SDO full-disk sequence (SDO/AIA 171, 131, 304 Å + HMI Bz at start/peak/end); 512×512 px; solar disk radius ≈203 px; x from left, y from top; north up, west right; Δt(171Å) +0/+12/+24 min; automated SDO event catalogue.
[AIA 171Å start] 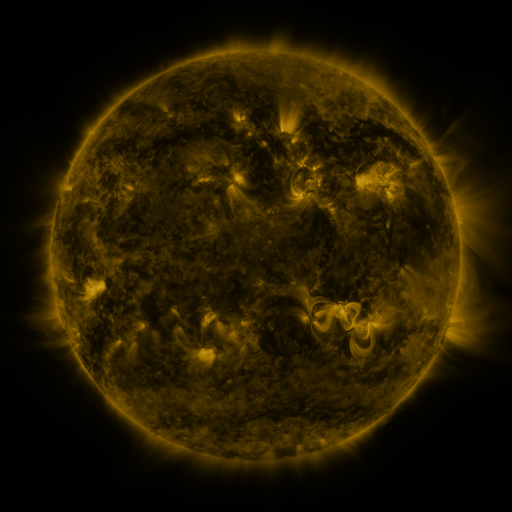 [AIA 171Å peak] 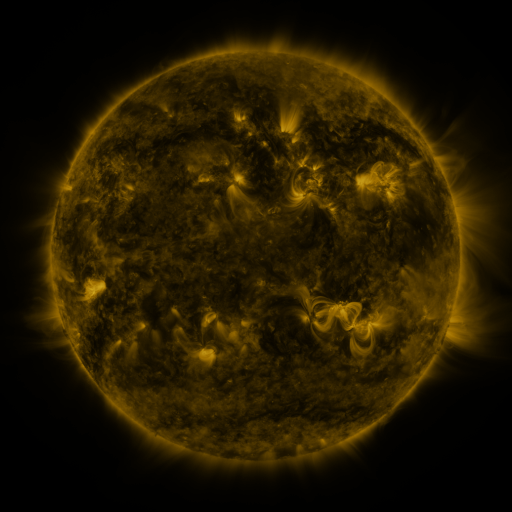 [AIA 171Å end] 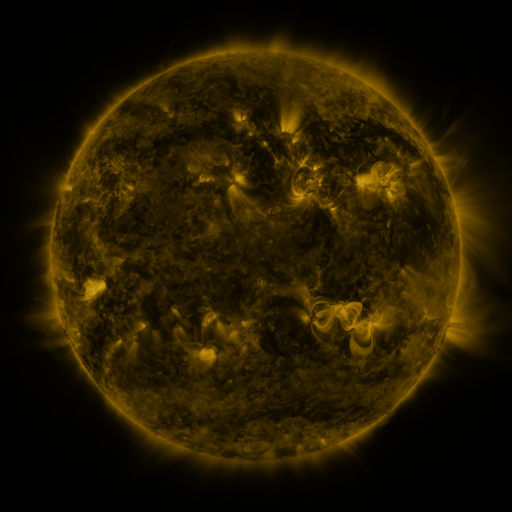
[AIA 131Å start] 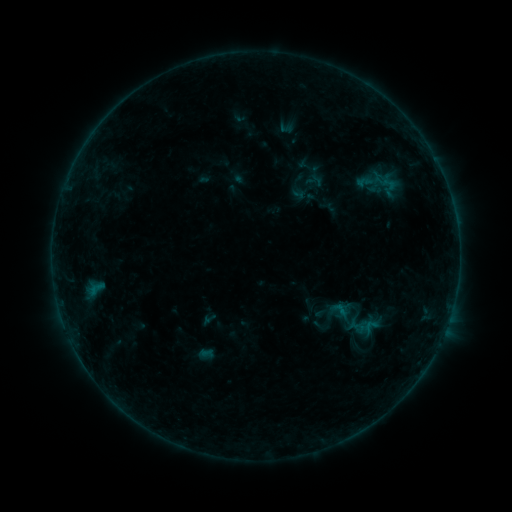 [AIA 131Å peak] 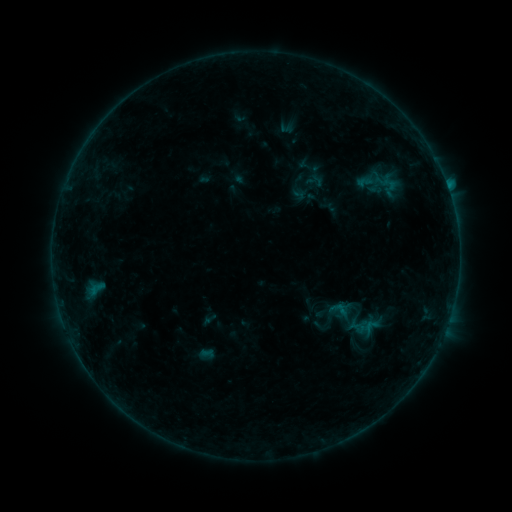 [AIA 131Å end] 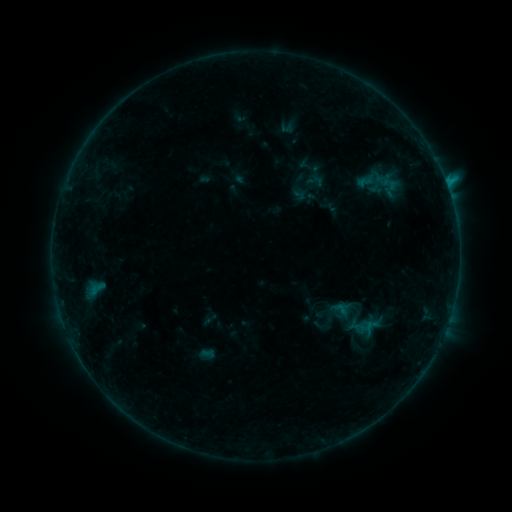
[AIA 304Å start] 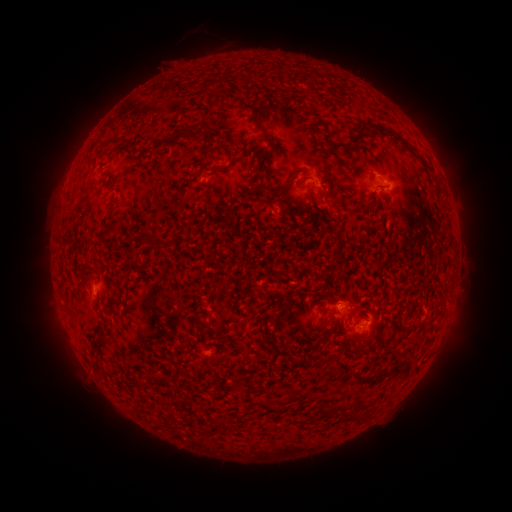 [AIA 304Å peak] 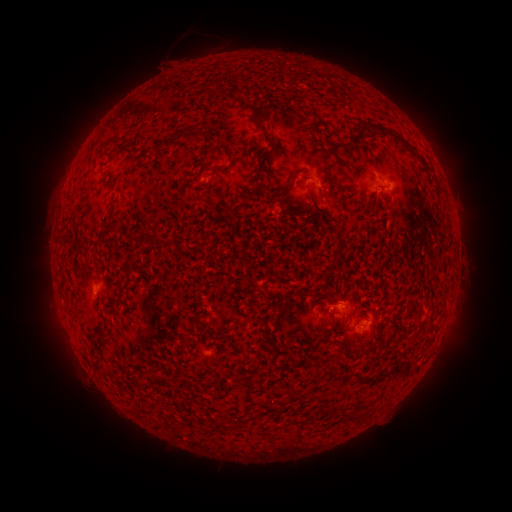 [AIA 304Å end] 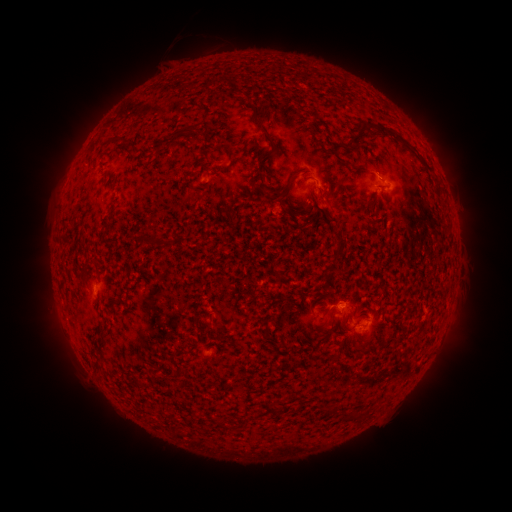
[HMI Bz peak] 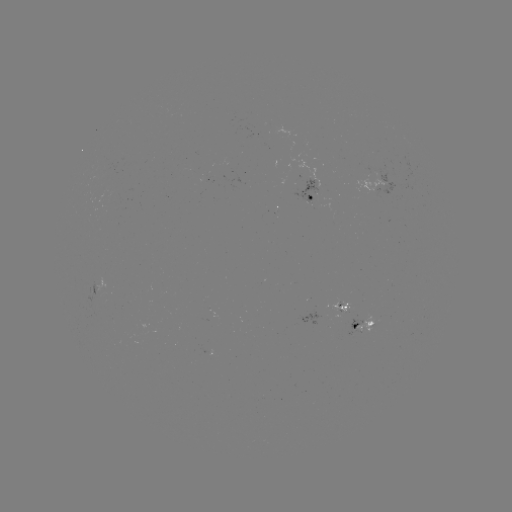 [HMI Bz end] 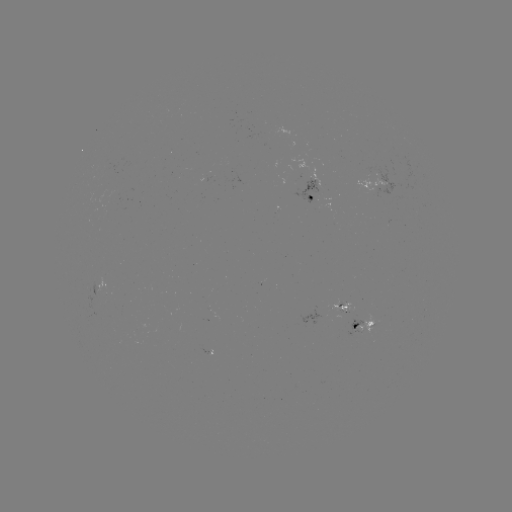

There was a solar flare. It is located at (447, 189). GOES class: B8.1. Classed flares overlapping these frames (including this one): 1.